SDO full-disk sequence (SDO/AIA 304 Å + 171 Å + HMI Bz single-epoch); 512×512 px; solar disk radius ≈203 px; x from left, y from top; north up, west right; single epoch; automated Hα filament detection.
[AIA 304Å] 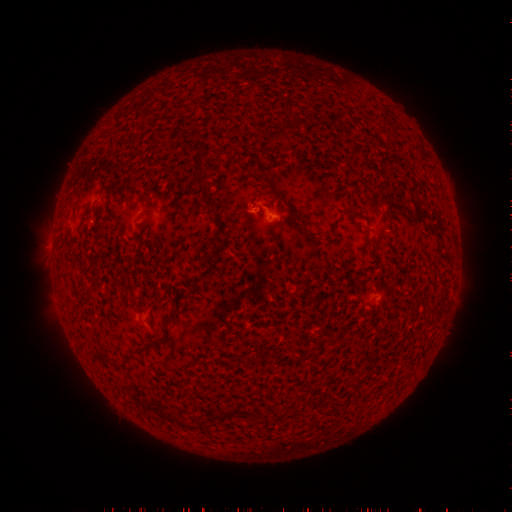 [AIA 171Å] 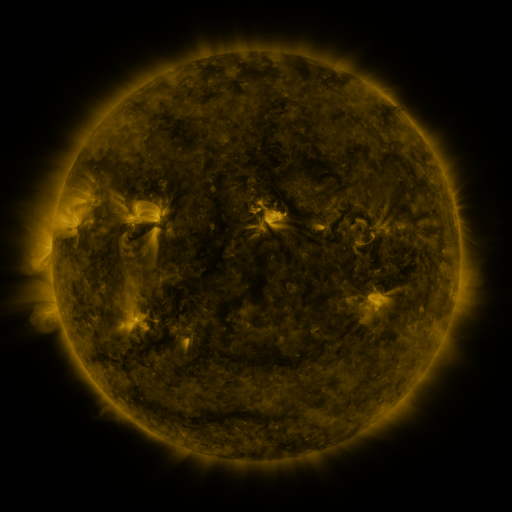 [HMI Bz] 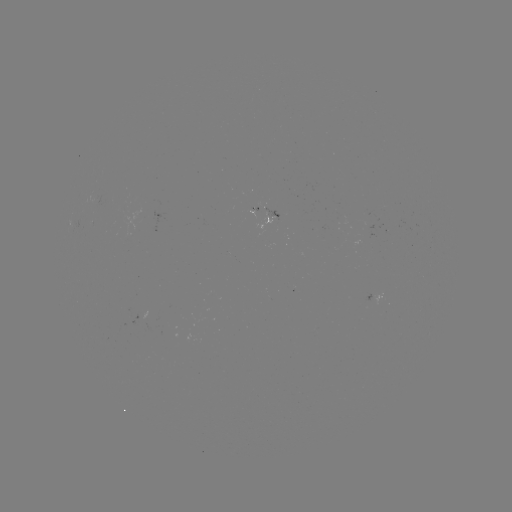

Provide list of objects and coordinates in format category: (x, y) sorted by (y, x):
filament: (284, 134)
filament: (270, 151)
filament: (201, 178)
filament: (262, 178)
filament: (310, 236)
filament: (219, 239)
filament: (169, 318)
filament: (128, 355)
